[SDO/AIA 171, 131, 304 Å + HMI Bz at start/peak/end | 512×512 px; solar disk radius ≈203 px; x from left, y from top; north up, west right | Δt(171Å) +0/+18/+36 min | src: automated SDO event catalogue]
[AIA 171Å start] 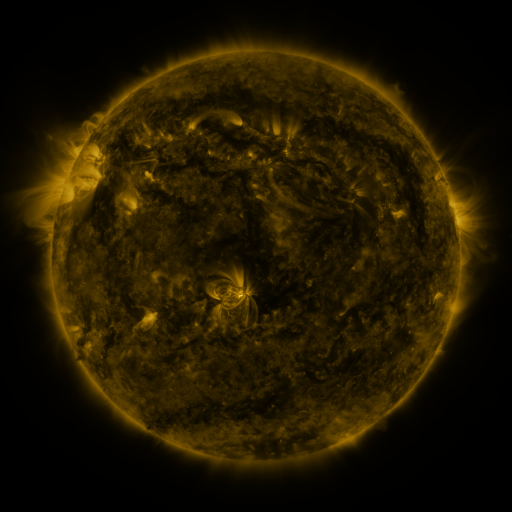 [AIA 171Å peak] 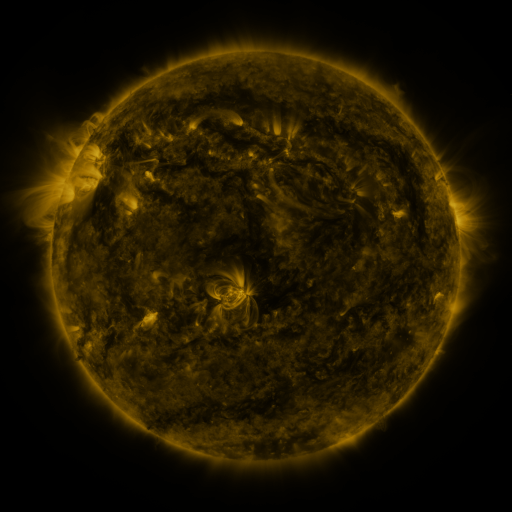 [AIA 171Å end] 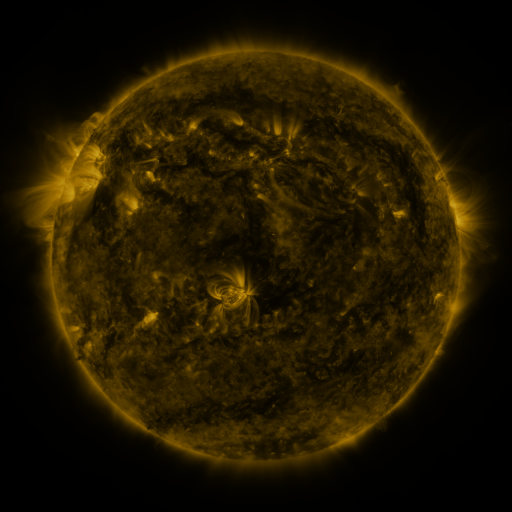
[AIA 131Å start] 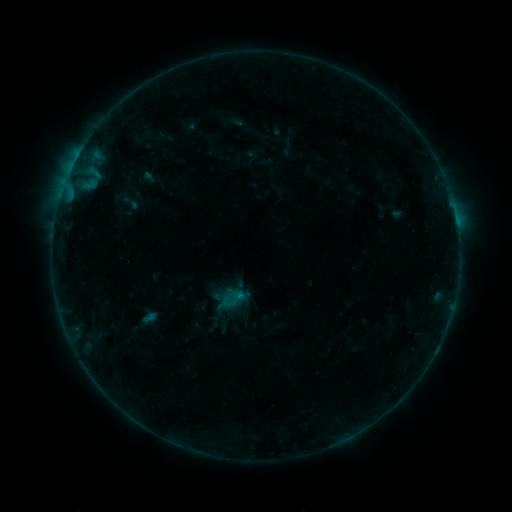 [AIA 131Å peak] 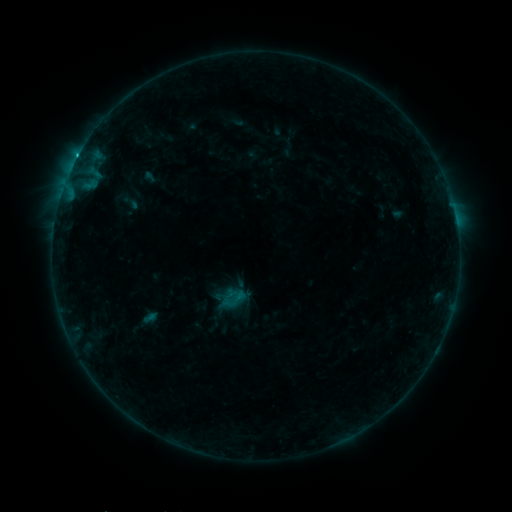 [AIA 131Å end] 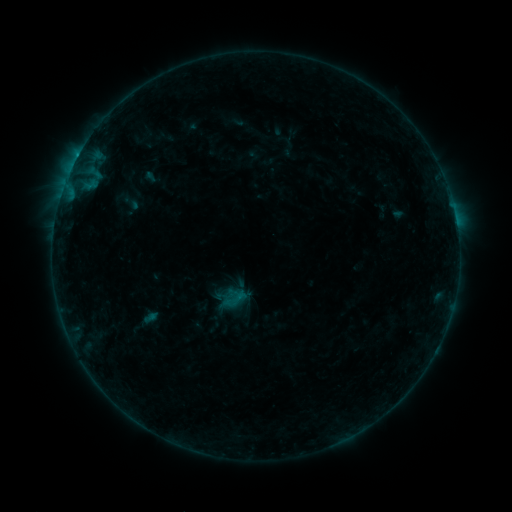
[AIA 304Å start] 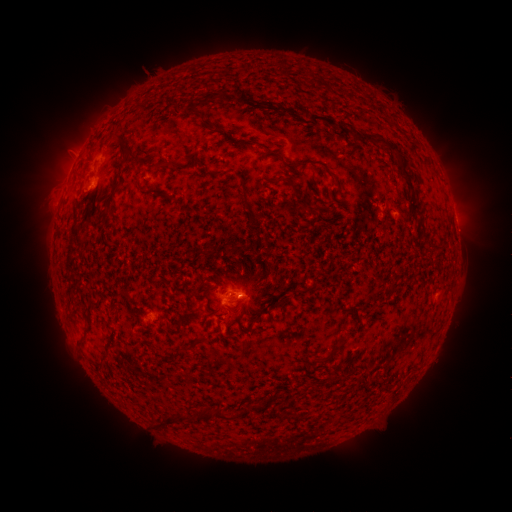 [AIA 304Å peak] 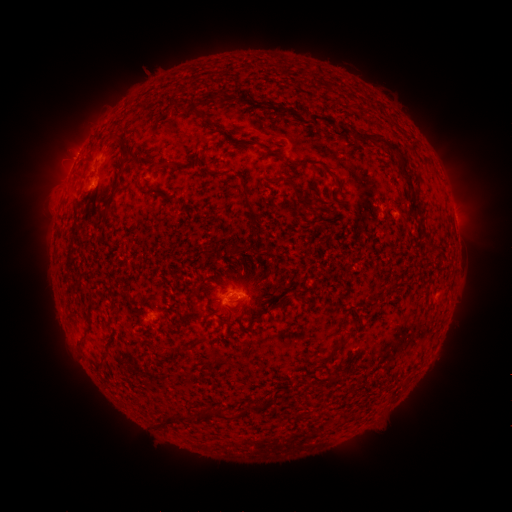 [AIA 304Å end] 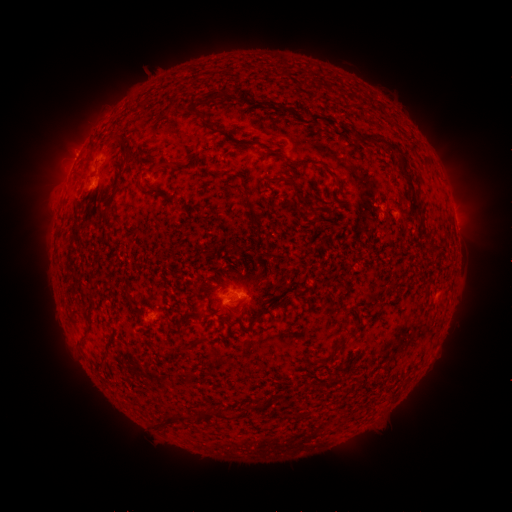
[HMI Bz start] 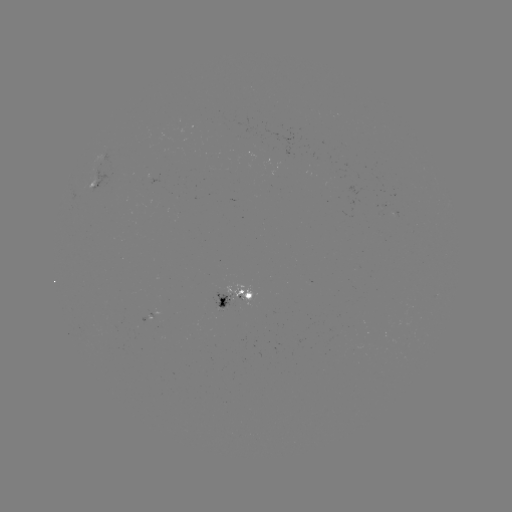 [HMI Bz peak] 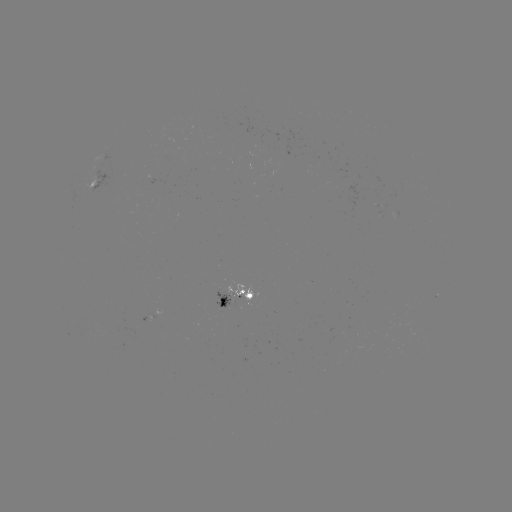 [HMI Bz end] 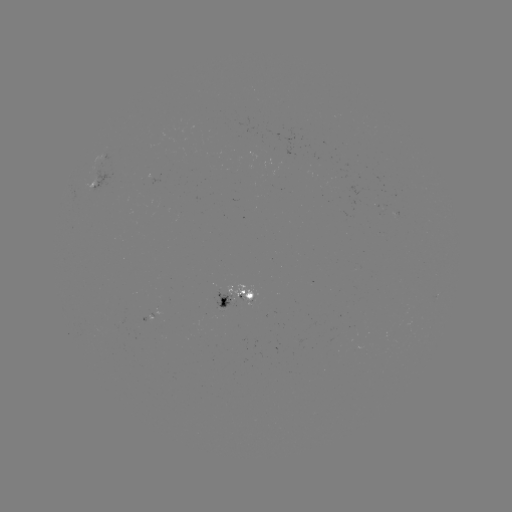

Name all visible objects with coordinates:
B8.4 flare: (78, 156)
